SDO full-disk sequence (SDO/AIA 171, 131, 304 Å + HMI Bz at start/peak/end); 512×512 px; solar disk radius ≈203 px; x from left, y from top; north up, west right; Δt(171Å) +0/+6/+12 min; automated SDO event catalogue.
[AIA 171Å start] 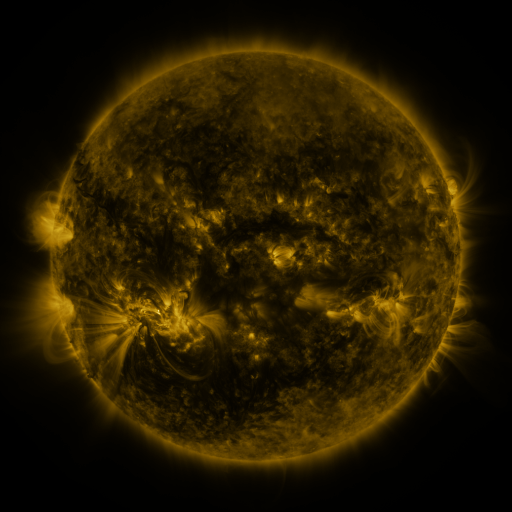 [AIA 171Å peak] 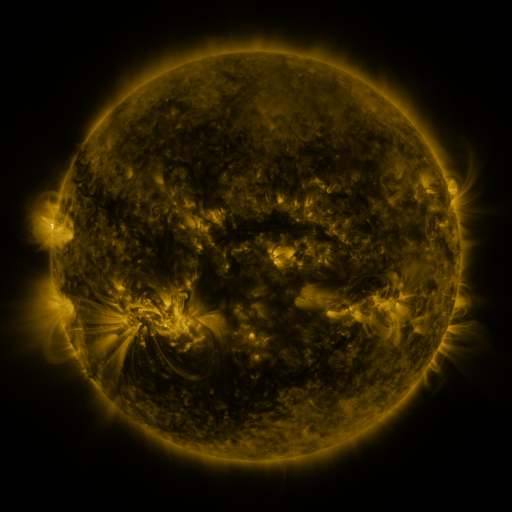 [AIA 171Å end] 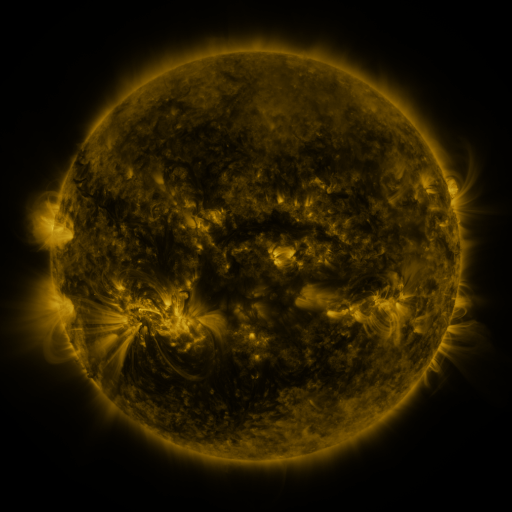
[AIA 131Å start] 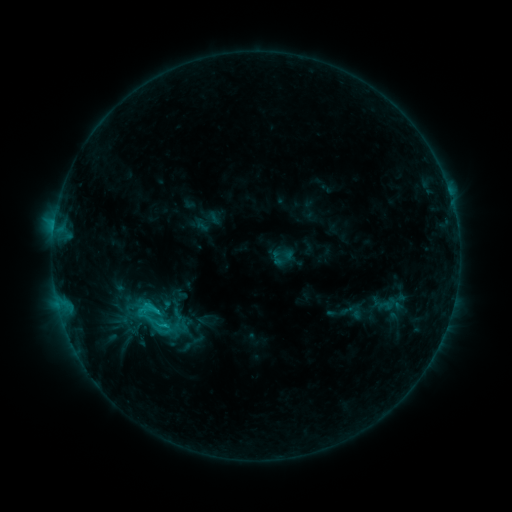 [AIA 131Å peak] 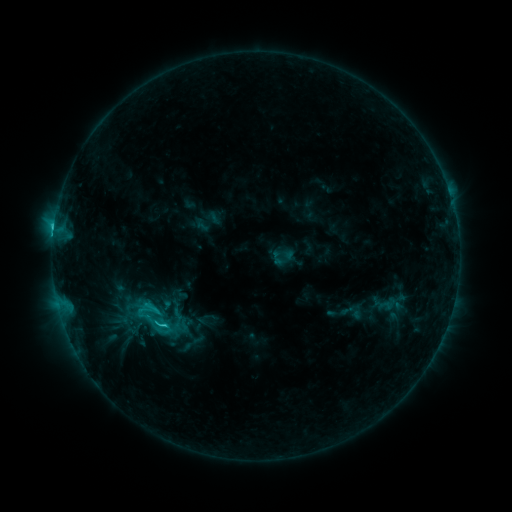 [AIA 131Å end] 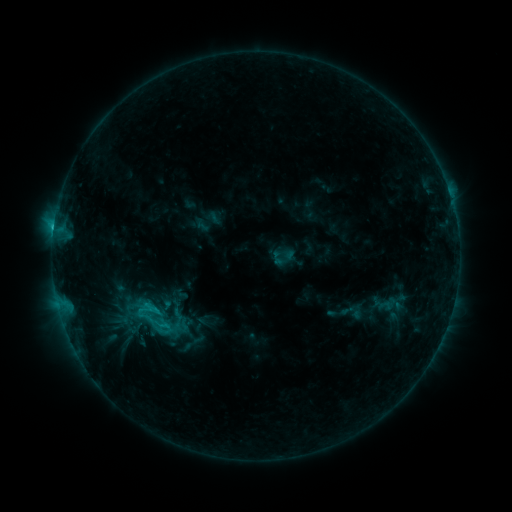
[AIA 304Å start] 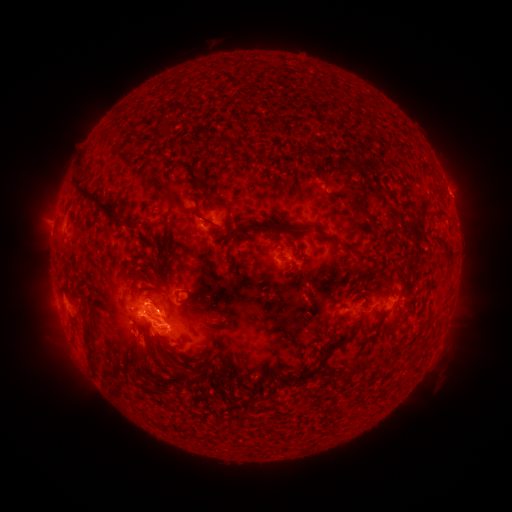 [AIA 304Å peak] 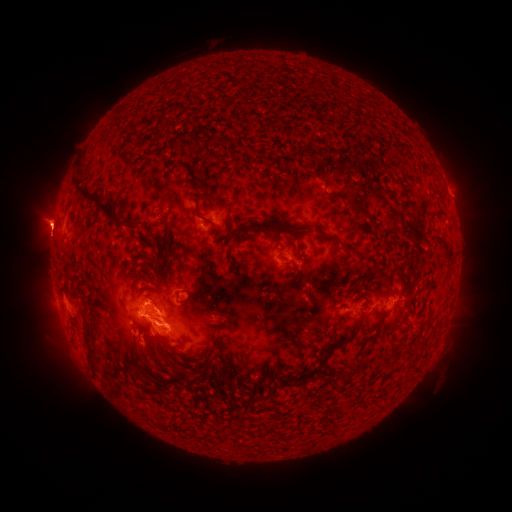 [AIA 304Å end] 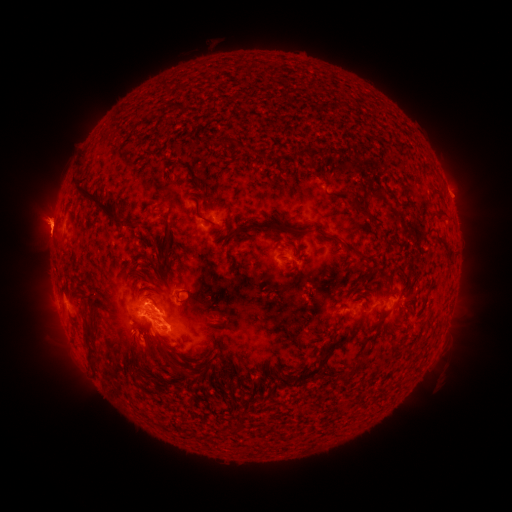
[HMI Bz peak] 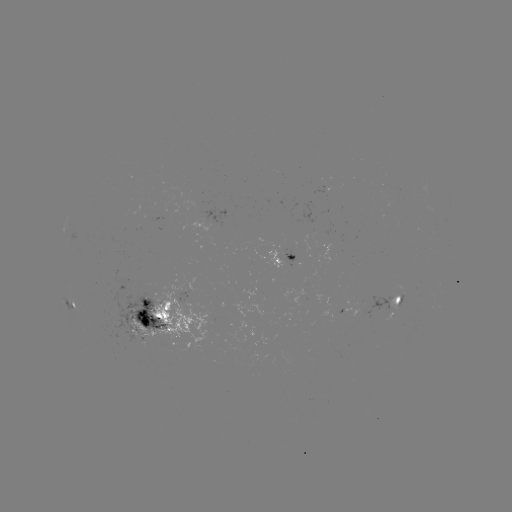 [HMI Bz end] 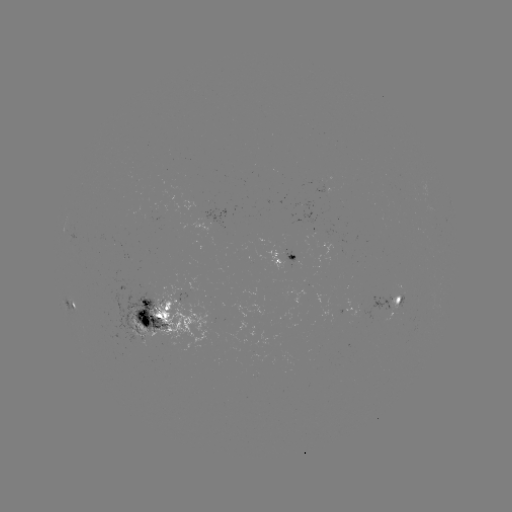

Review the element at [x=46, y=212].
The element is eruption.